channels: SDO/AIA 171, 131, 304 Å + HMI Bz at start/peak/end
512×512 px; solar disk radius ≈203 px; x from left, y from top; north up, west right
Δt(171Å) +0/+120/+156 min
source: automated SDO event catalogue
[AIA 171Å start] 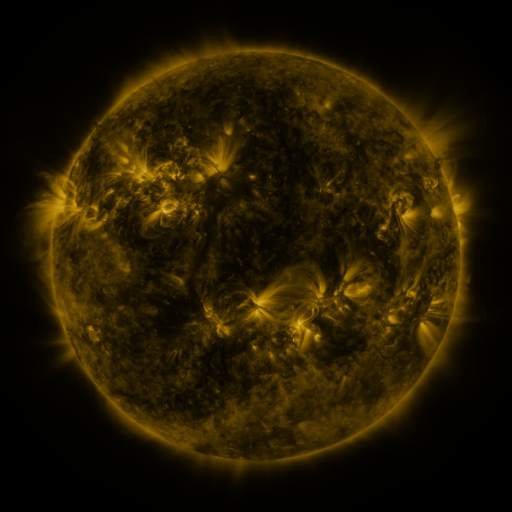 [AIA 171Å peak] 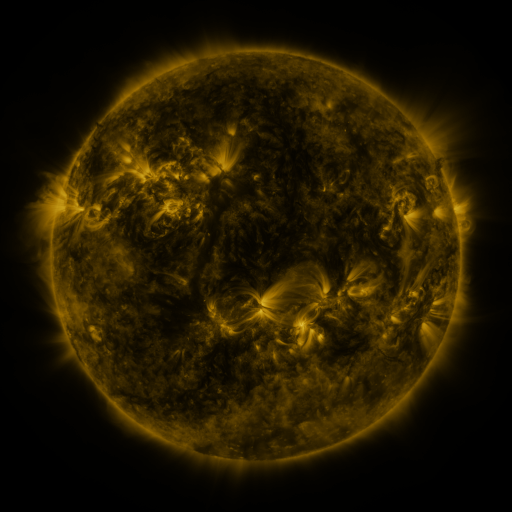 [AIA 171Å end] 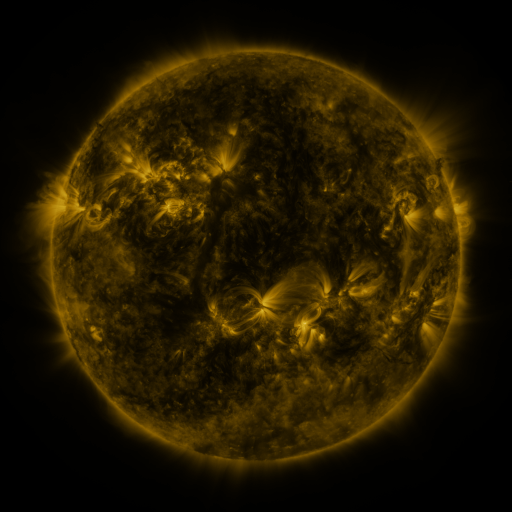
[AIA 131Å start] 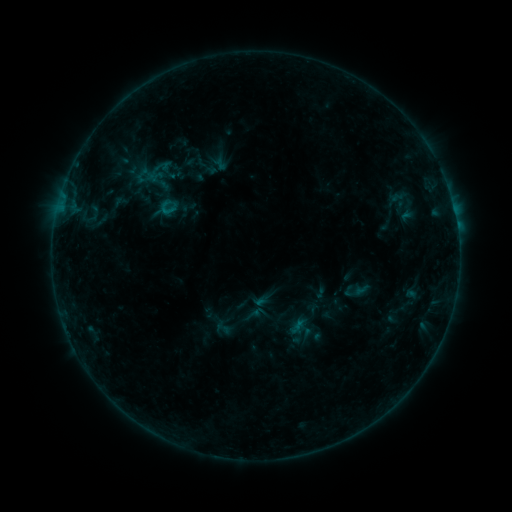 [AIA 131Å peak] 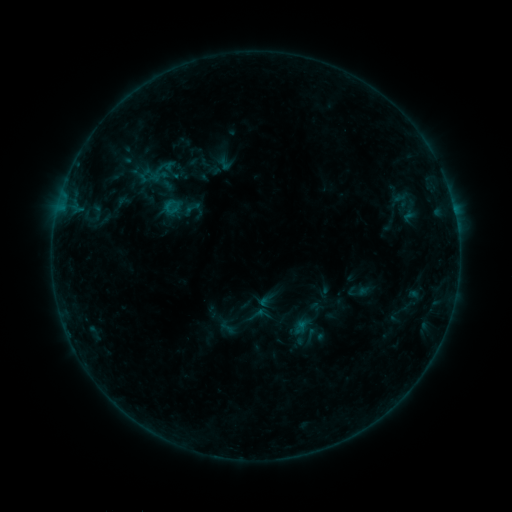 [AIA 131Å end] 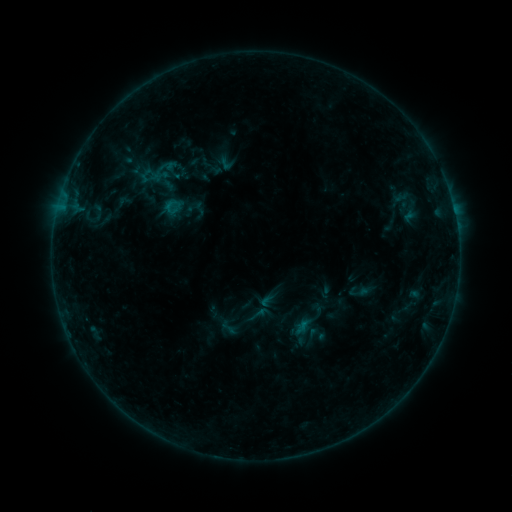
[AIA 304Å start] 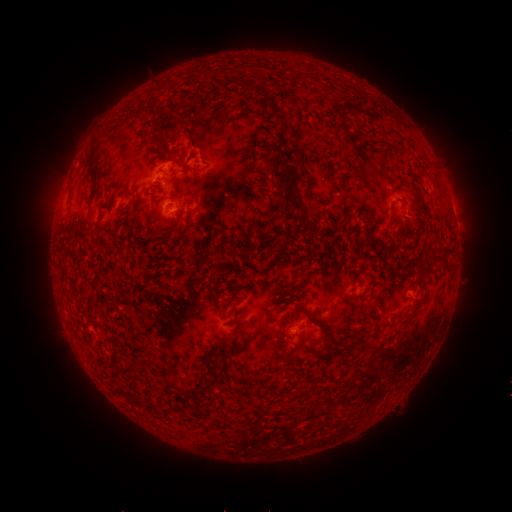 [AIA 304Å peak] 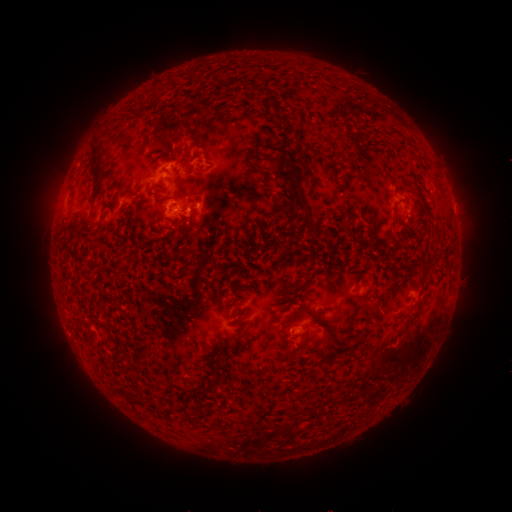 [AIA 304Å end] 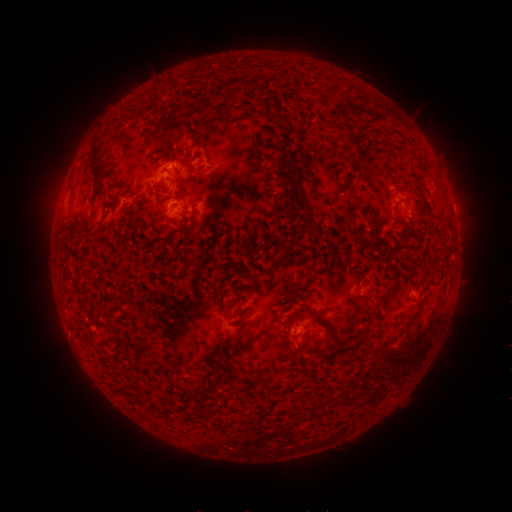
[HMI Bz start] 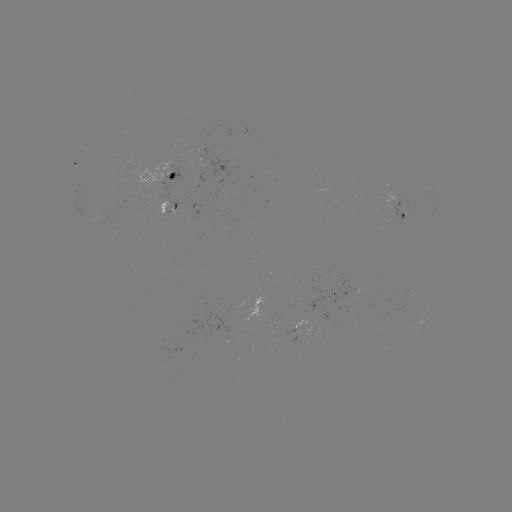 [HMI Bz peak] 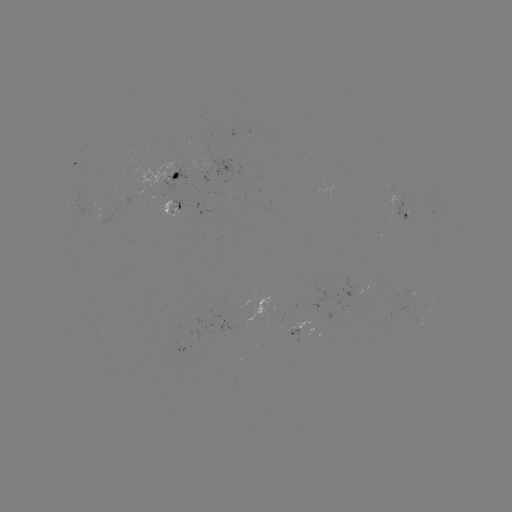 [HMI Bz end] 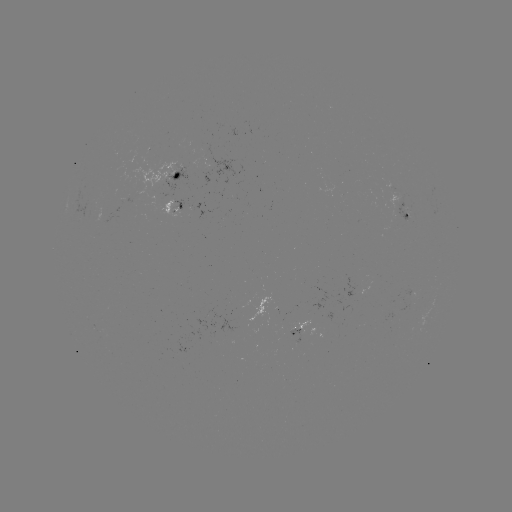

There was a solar emerging-flux region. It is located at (170, 209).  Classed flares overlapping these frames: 1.